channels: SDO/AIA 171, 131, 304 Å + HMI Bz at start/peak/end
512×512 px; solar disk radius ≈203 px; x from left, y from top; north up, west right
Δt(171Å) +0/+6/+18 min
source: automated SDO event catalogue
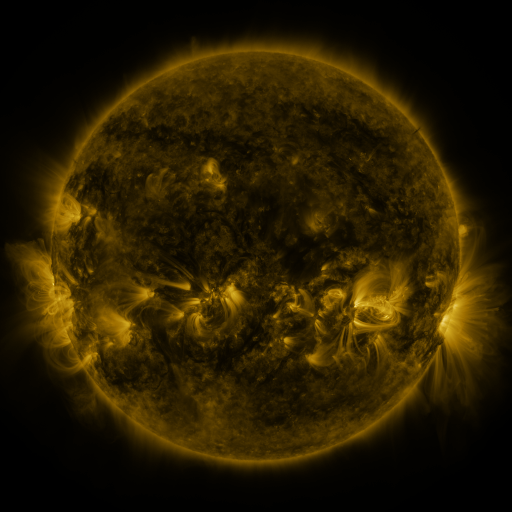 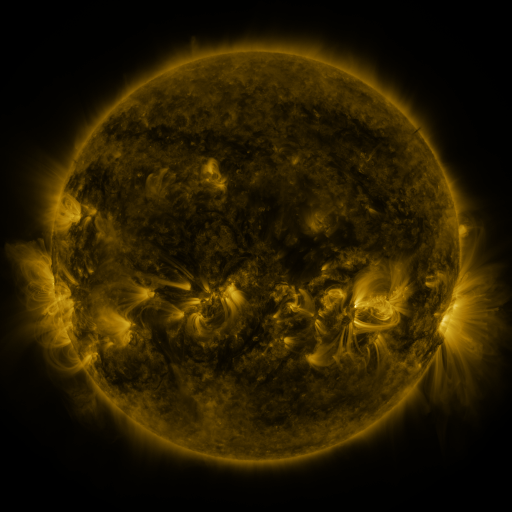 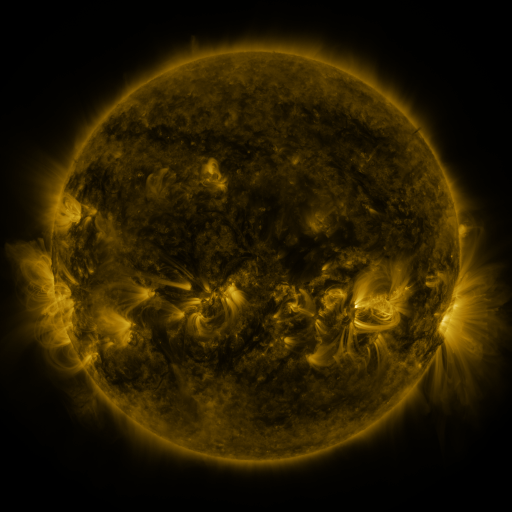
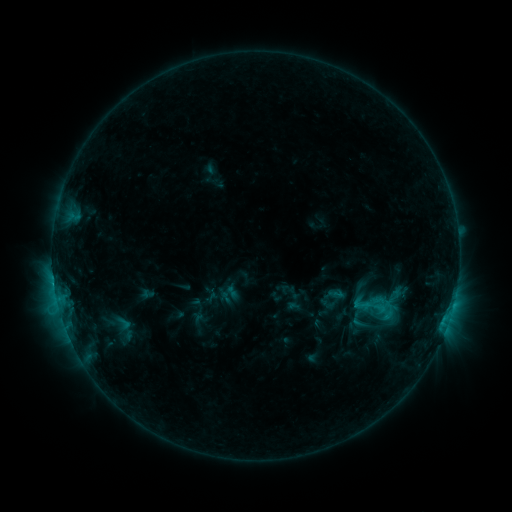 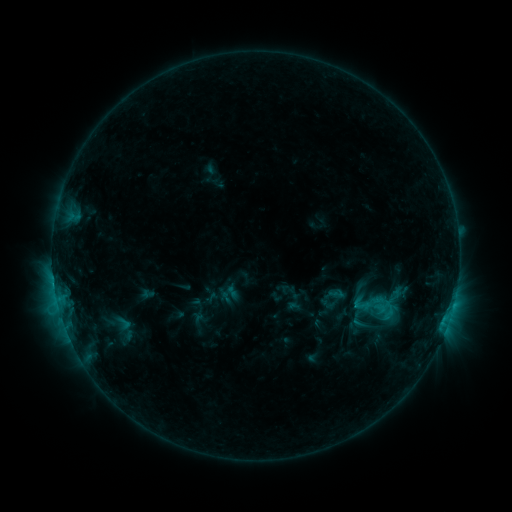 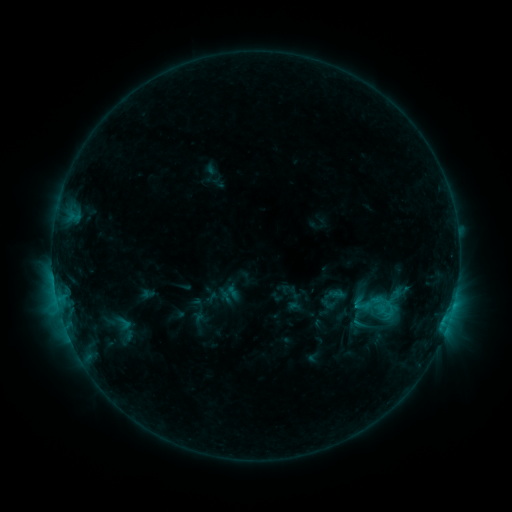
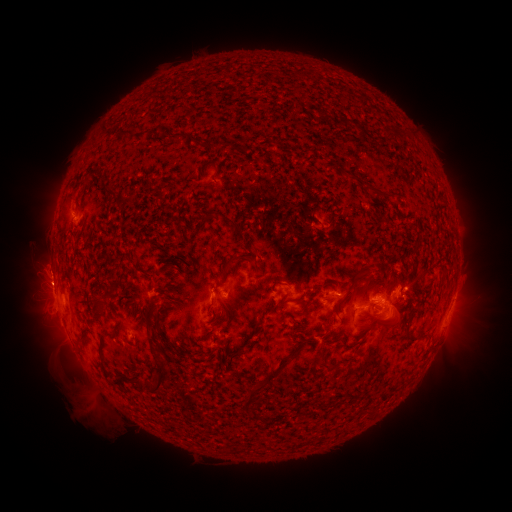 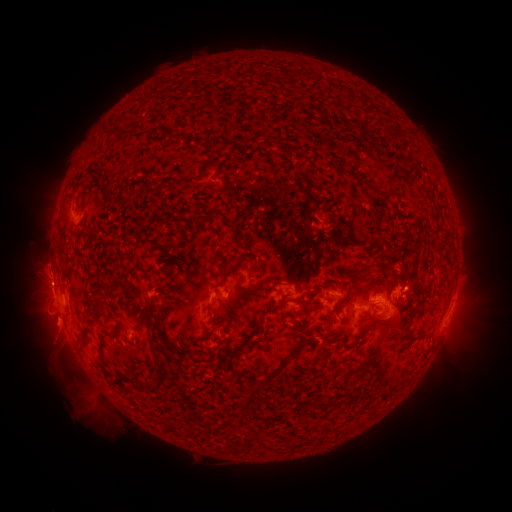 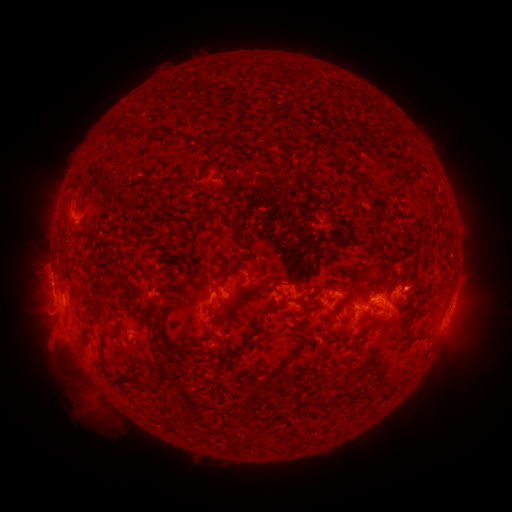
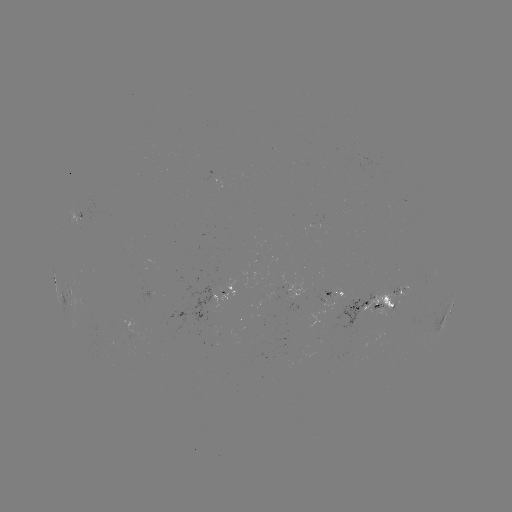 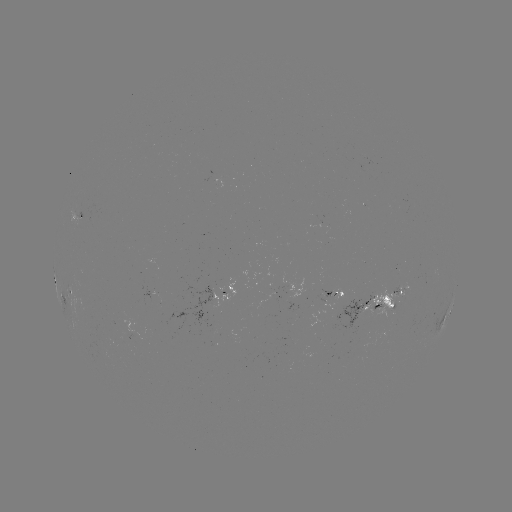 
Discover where eruption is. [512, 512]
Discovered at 52,338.